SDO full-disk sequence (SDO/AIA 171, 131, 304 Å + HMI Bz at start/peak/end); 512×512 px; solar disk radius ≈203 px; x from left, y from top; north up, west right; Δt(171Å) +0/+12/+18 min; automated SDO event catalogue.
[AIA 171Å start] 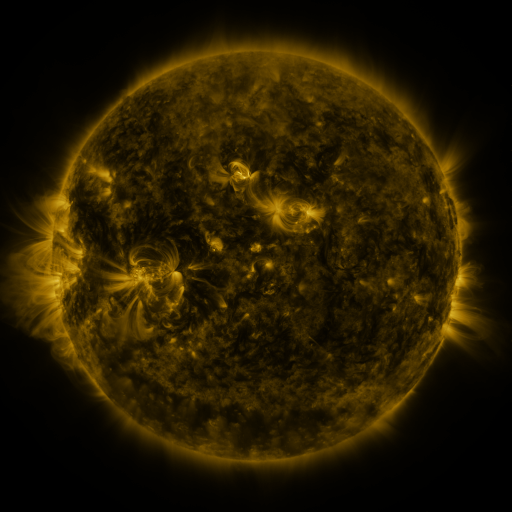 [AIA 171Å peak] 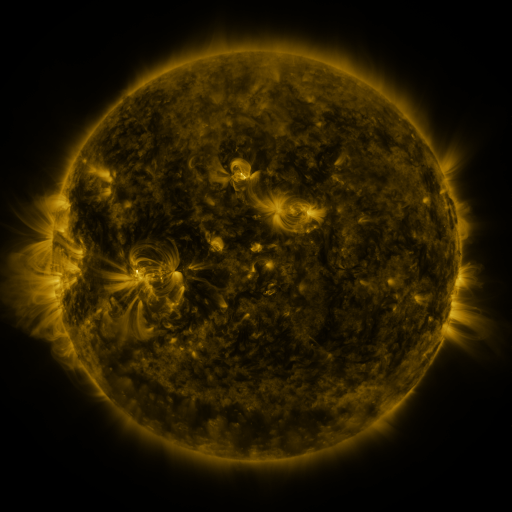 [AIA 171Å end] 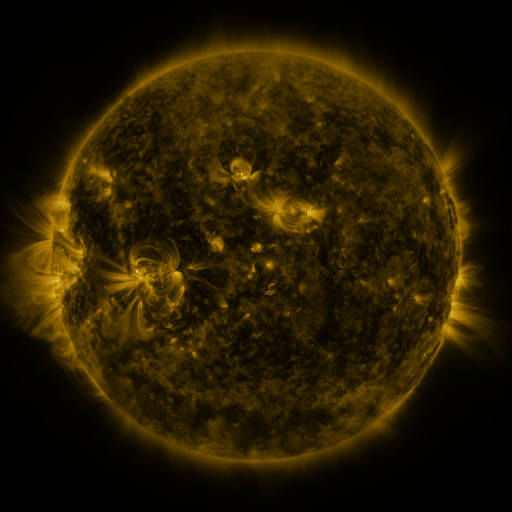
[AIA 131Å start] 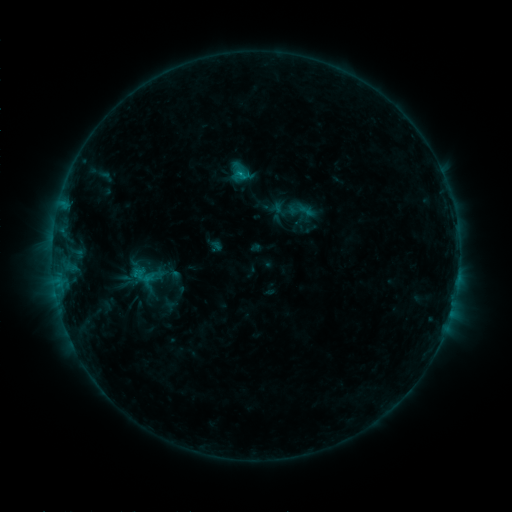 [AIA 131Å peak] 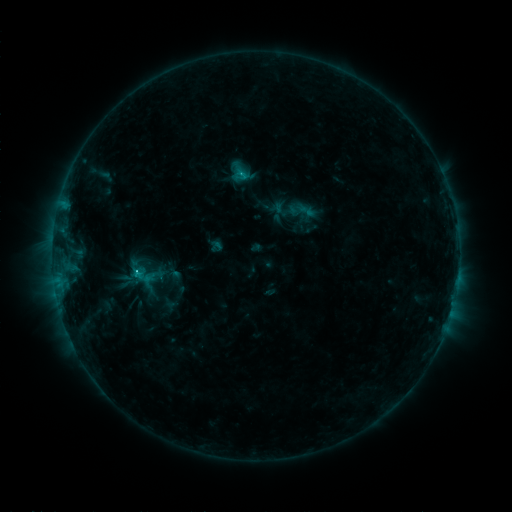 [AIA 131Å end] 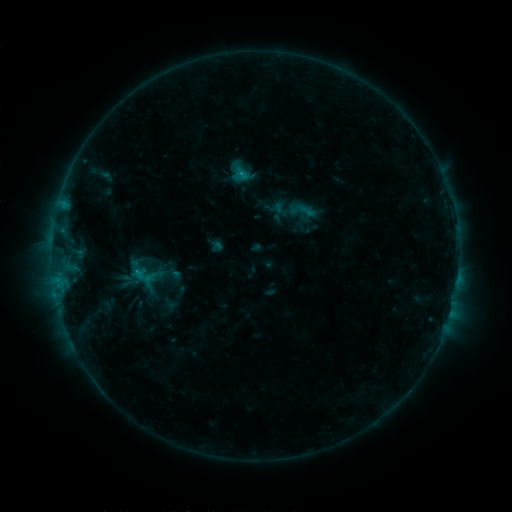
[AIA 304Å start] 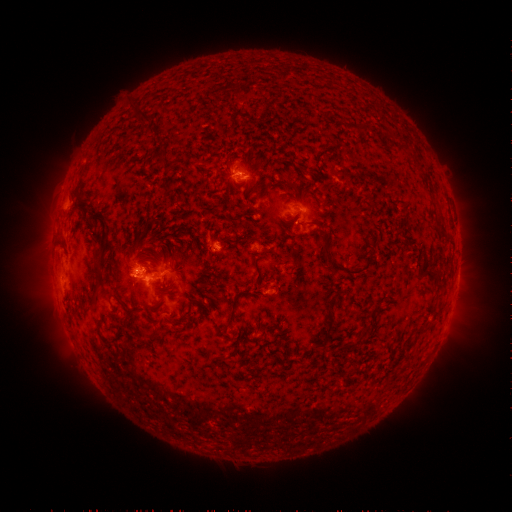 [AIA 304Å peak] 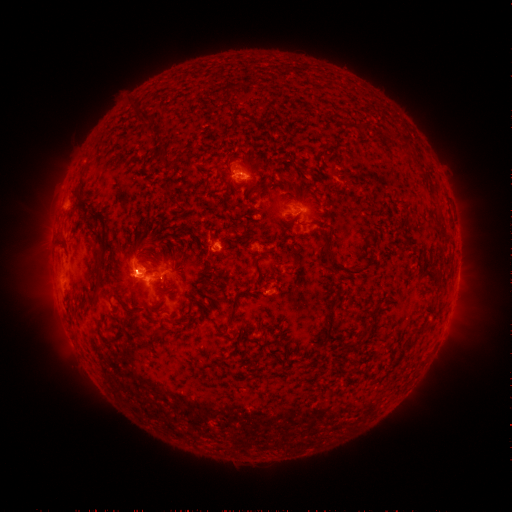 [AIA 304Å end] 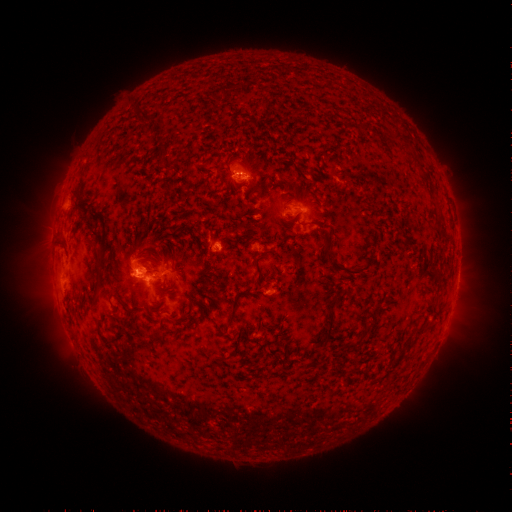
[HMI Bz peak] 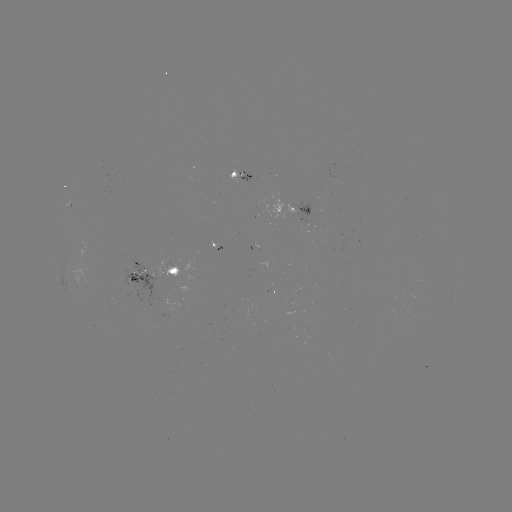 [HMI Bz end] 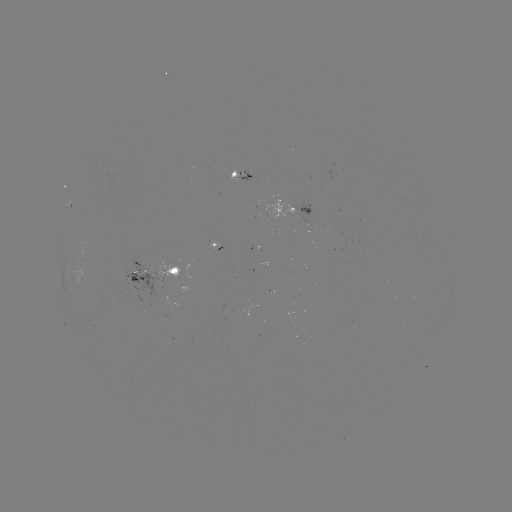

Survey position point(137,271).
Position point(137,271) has C1.7 flare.